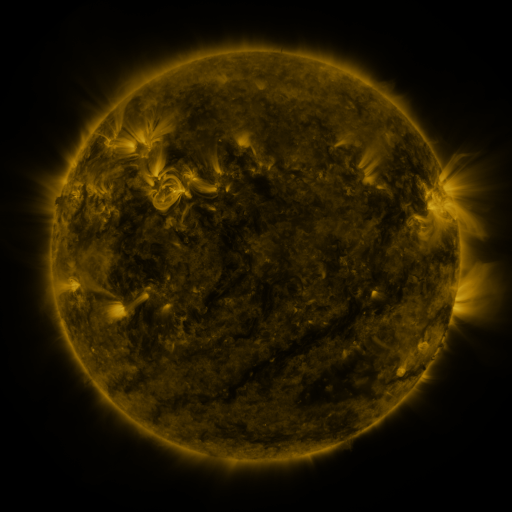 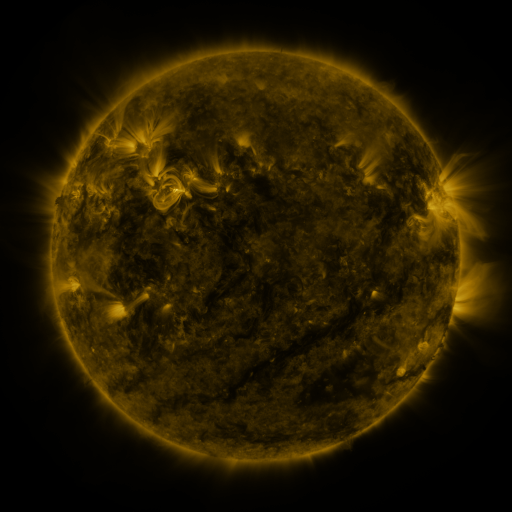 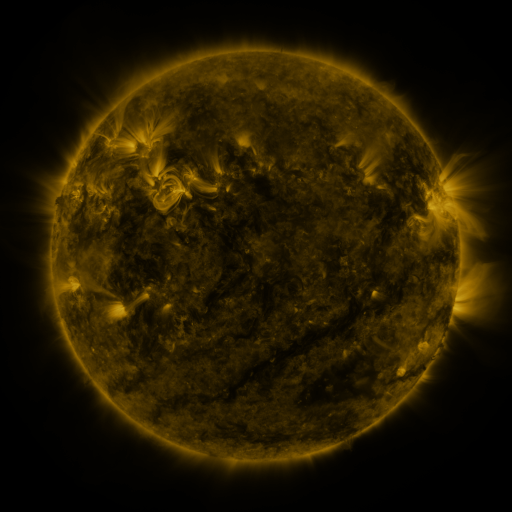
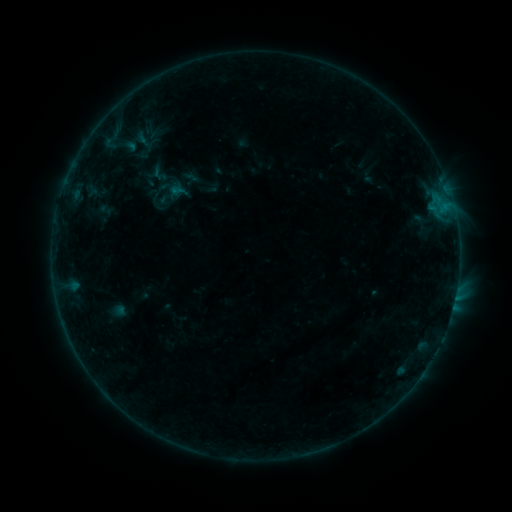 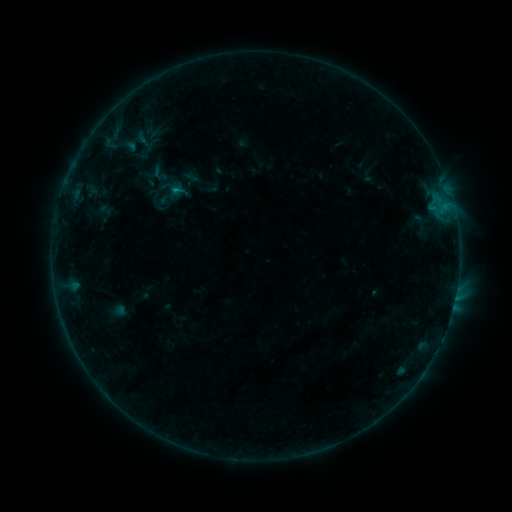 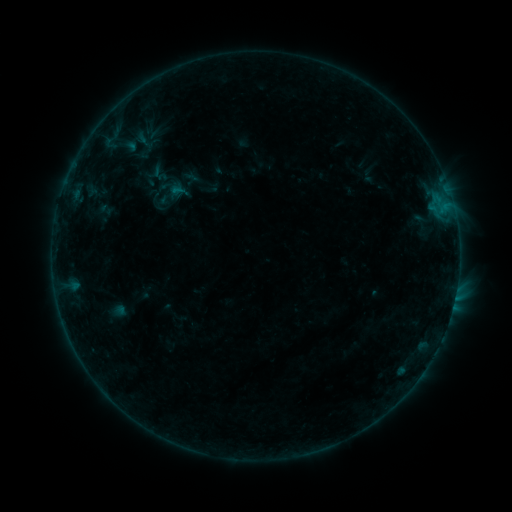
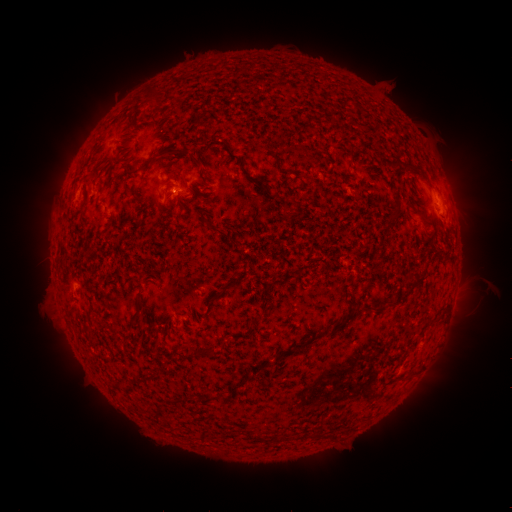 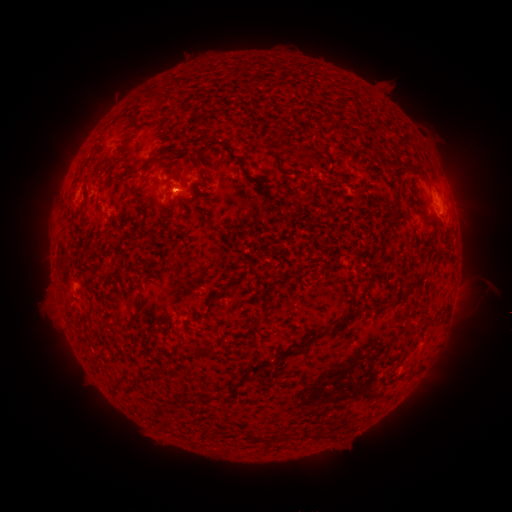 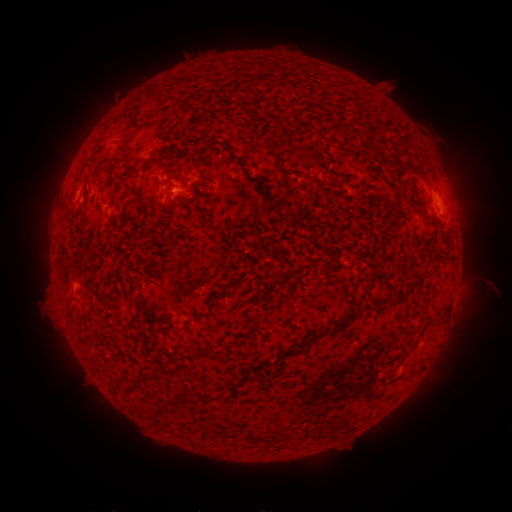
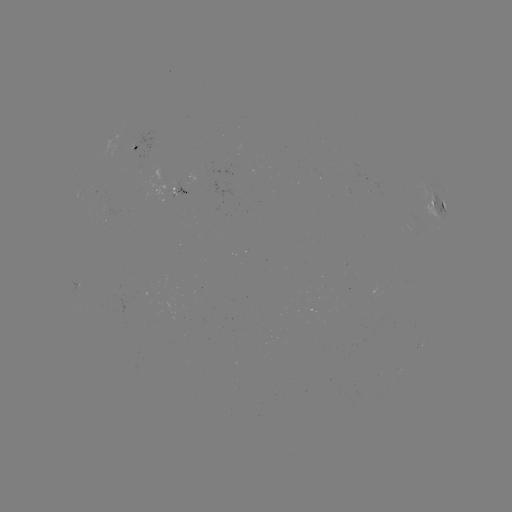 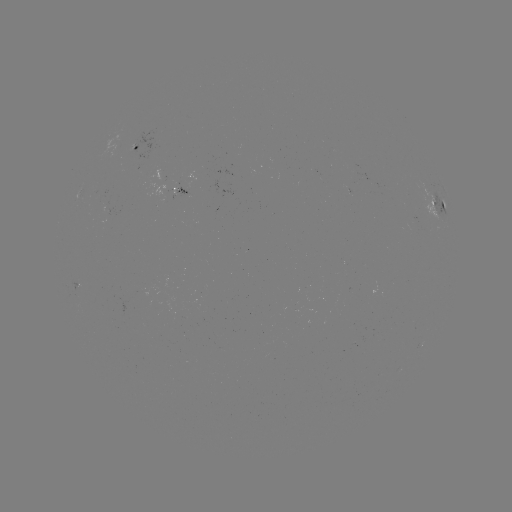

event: flare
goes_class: B2.4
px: (175, 189)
